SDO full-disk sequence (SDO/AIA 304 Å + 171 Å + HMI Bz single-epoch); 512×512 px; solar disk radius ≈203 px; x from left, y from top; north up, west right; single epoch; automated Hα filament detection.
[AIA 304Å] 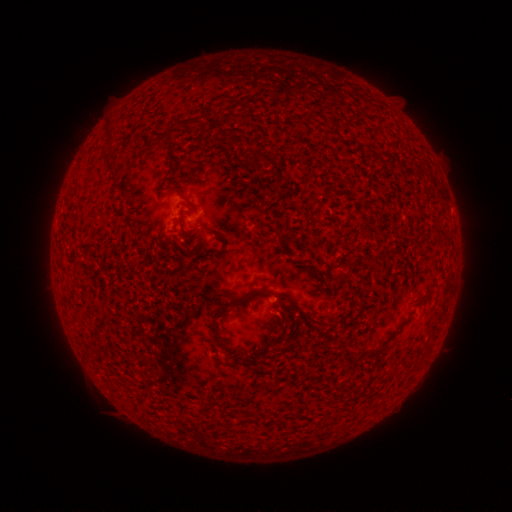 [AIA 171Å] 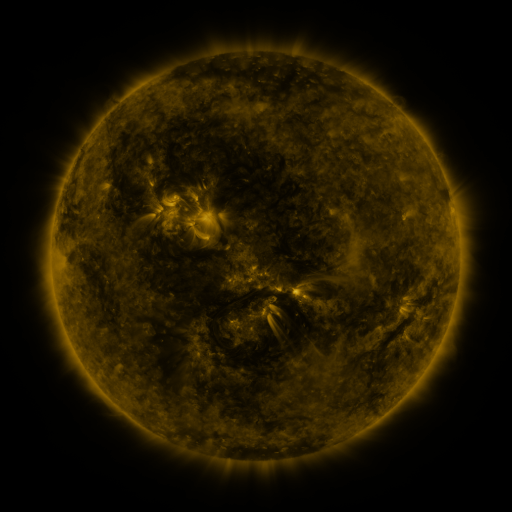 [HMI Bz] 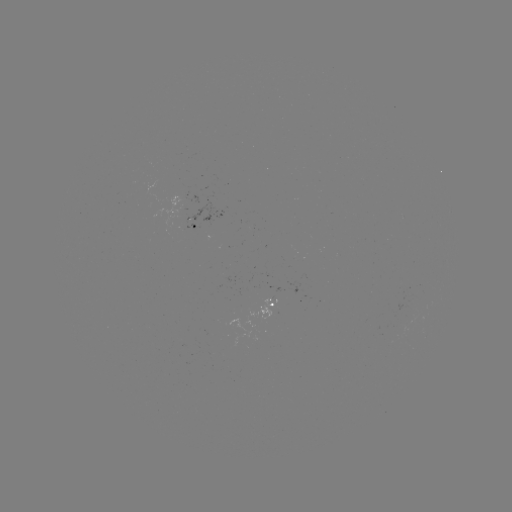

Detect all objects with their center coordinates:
filament: [180, 118, 193, 128]
filament: [103, 125, 113, 141]
filament: [161, 139, 172, 149]
filament: [122, 141, 132, 147]
filament: [254, 149, 276, 164]
filament: [103, 155, 115, 174]
filament: [274, 172, 284, 186]
filament: [255, 289, 270, 298]
filament: [228, 292, 250, 310]
filament: [289, 299, 322, 326]
filament: [368, 340, 394, 359]
filament: [254, 414, 262, 426]
